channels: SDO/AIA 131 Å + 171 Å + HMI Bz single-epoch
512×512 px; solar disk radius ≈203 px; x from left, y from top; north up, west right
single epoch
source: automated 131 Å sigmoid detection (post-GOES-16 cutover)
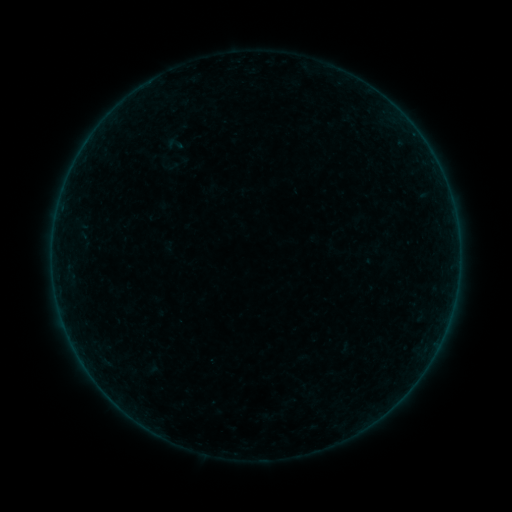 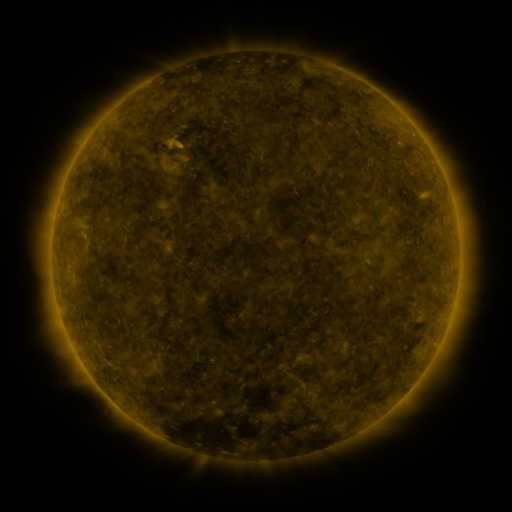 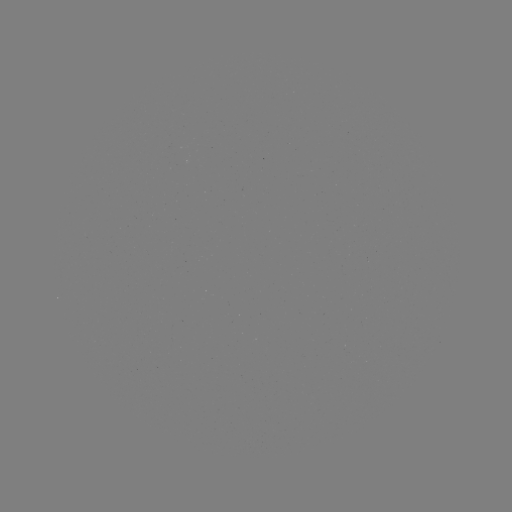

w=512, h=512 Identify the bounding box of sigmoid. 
[166, 135, 184, 153].